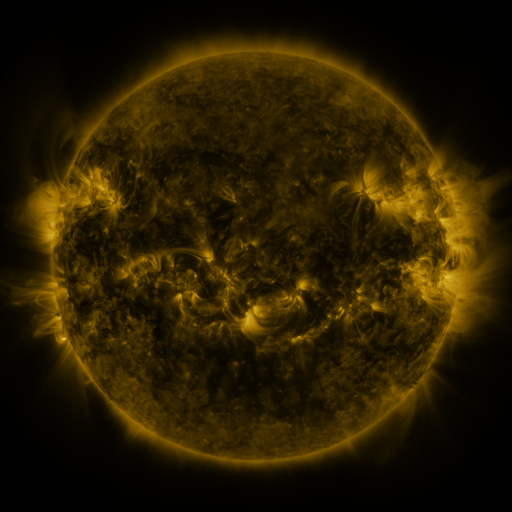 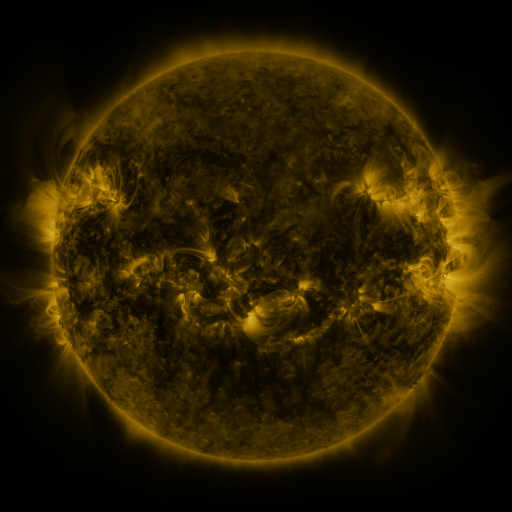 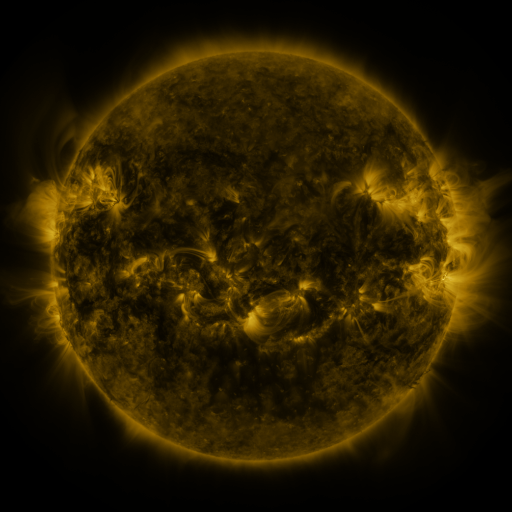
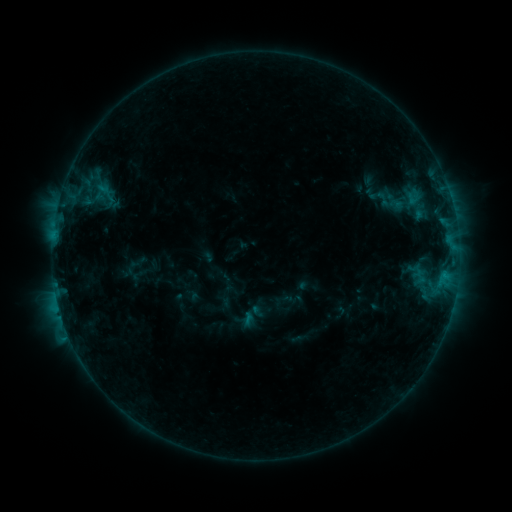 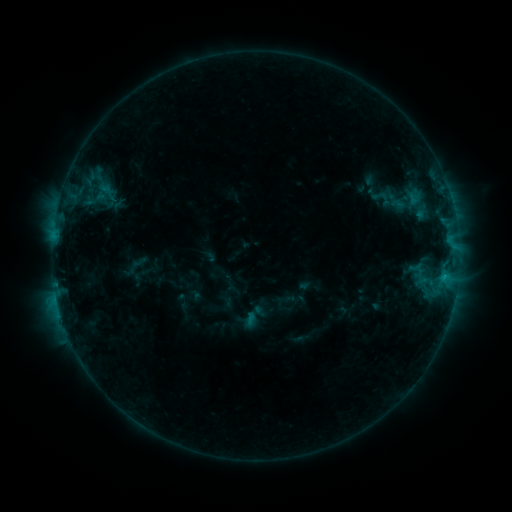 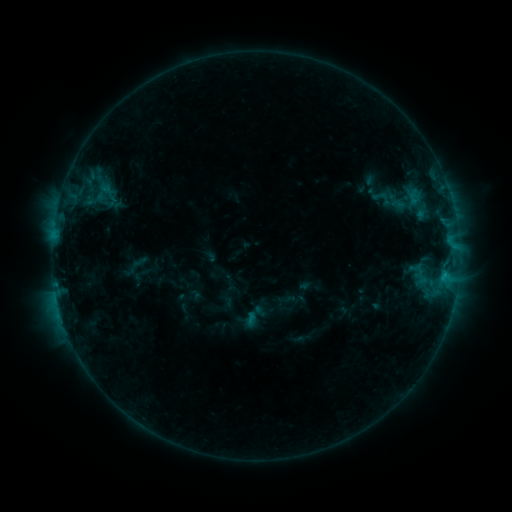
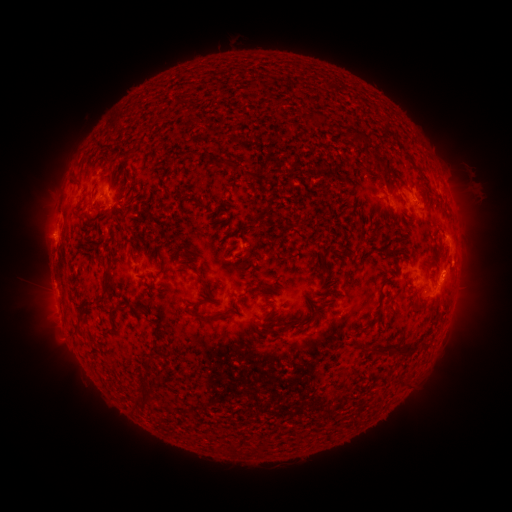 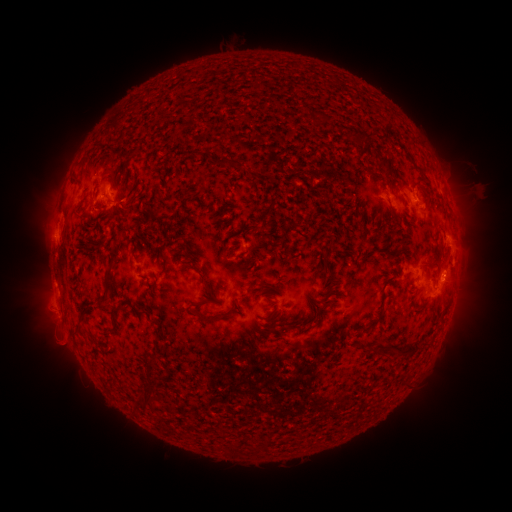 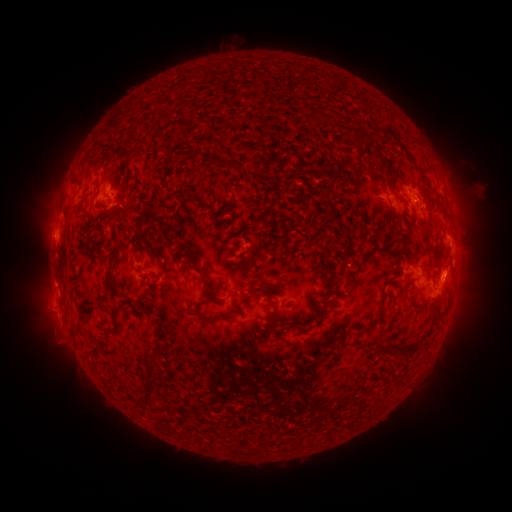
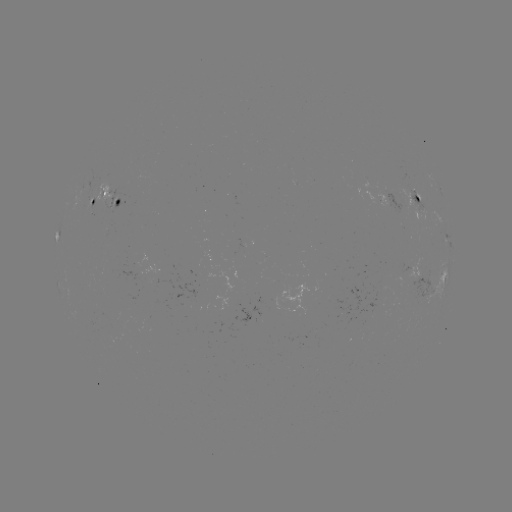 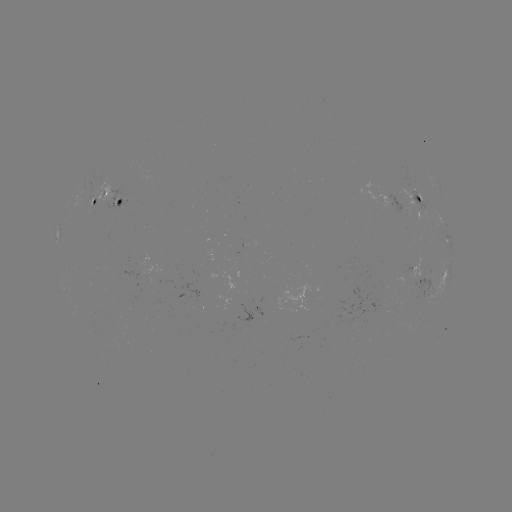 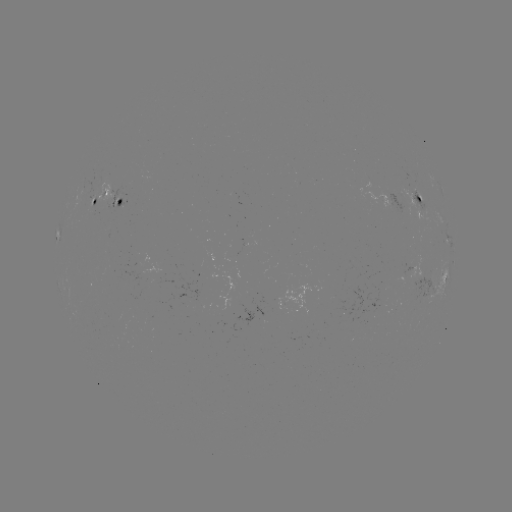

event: emerging-flux region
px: (418, 203)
